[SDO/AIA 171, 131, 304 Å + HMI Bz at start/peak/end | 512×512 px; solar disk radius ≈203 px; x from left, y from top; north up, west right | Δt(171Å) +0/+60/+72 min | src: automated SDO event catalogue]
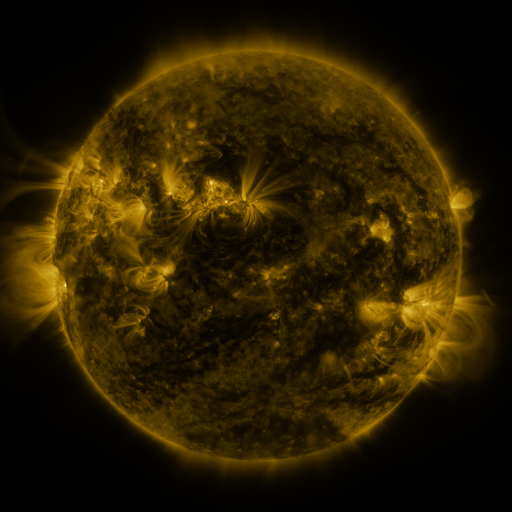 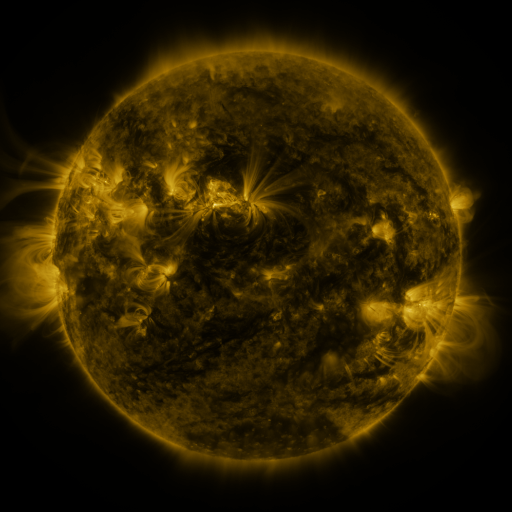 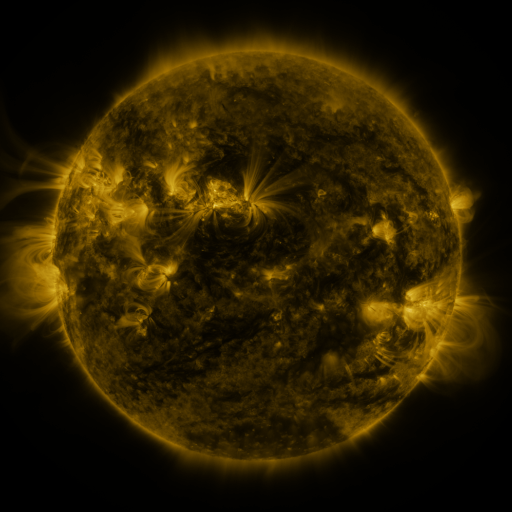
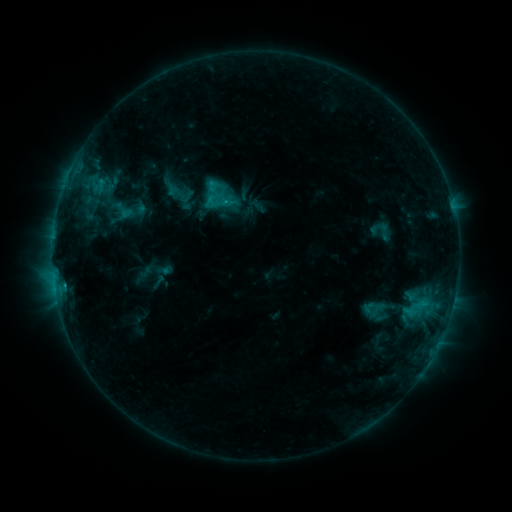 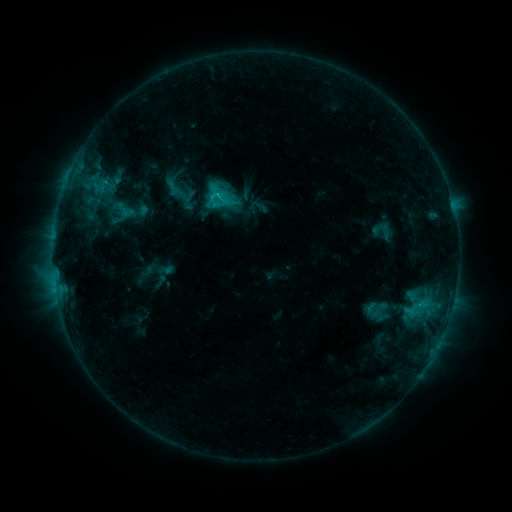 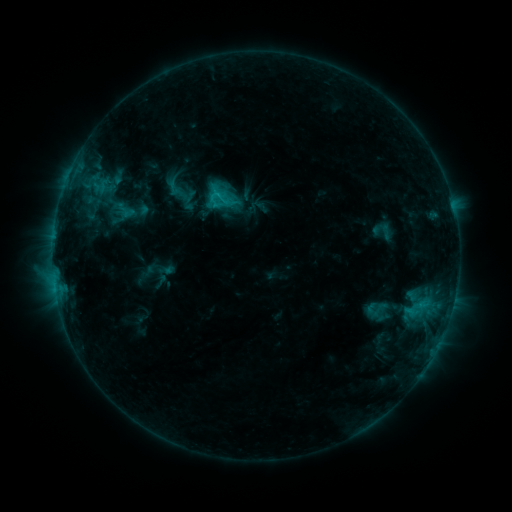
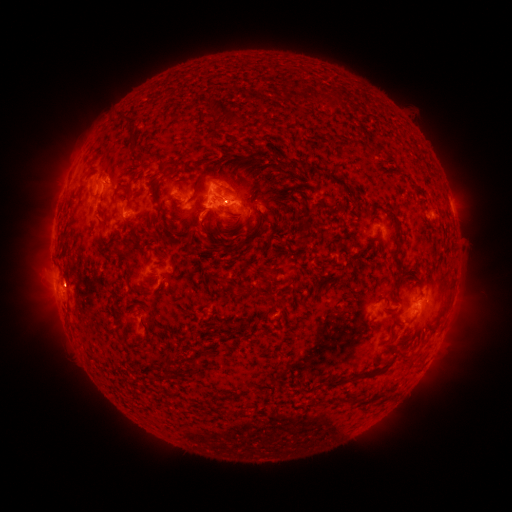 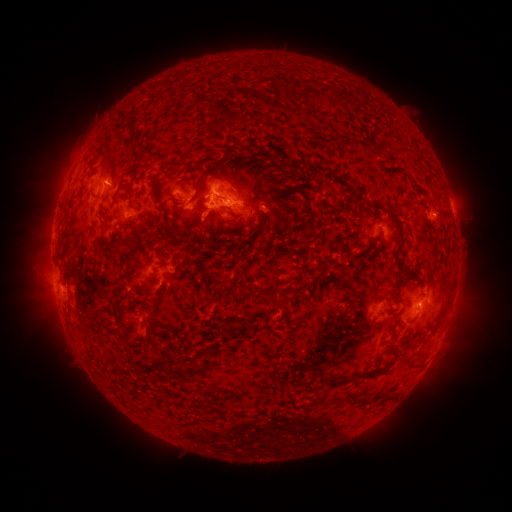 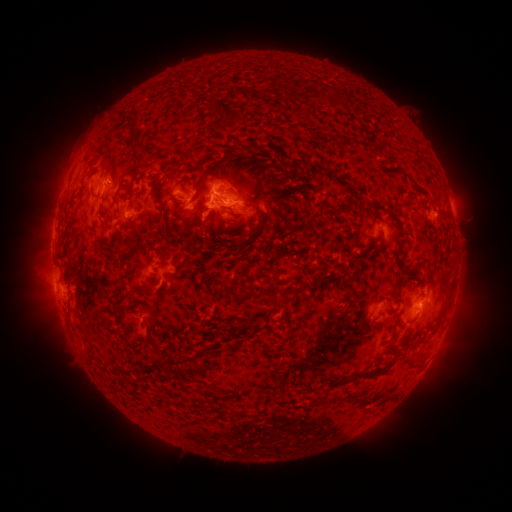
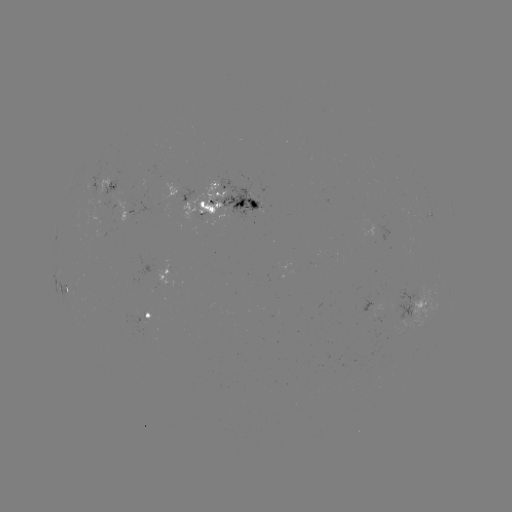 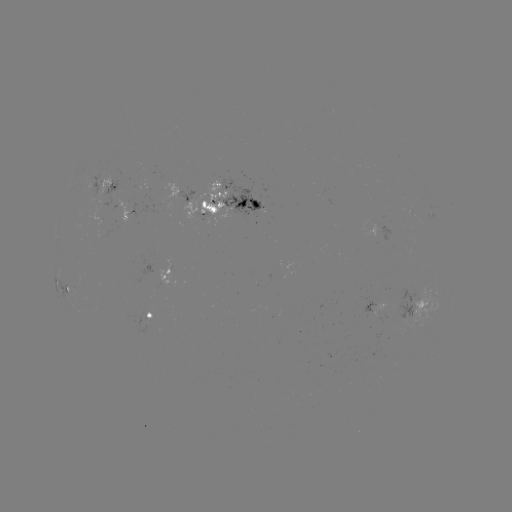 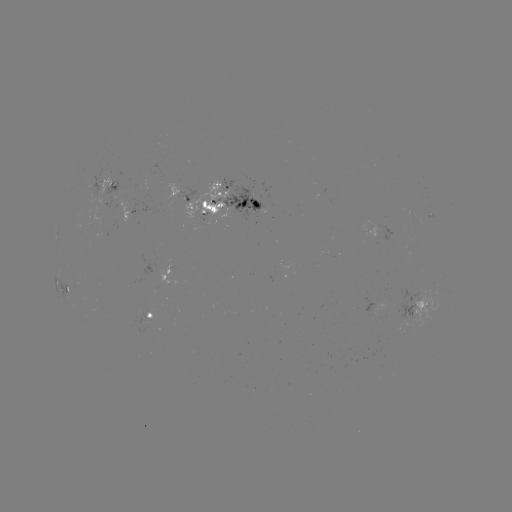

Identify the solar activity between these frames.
emerging-flux region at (94, 192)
